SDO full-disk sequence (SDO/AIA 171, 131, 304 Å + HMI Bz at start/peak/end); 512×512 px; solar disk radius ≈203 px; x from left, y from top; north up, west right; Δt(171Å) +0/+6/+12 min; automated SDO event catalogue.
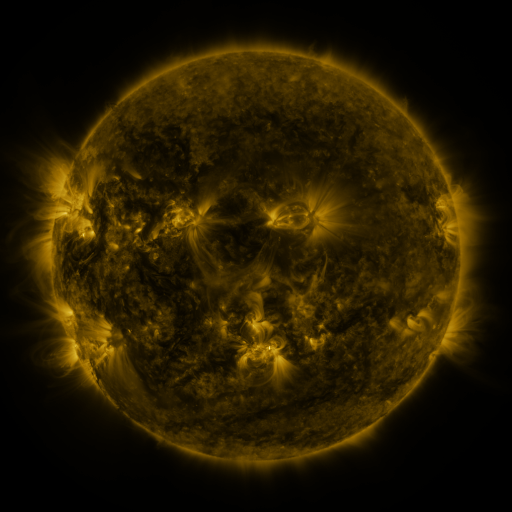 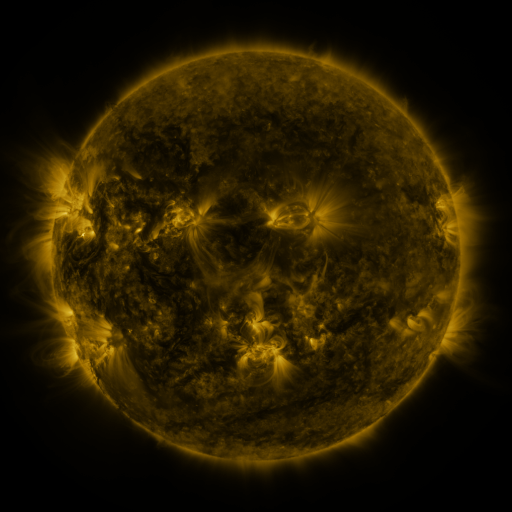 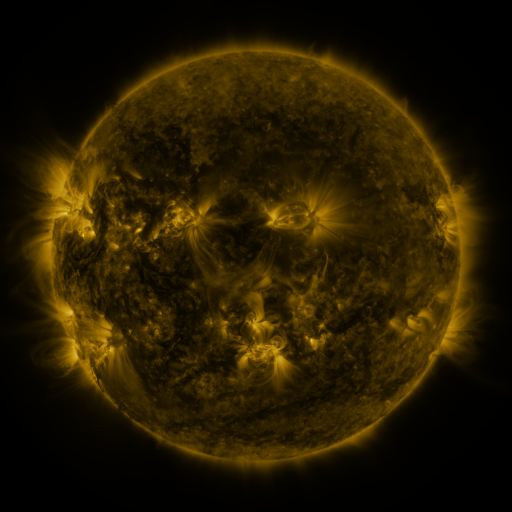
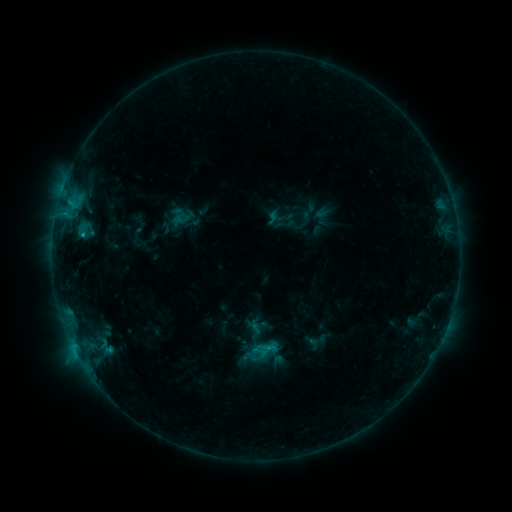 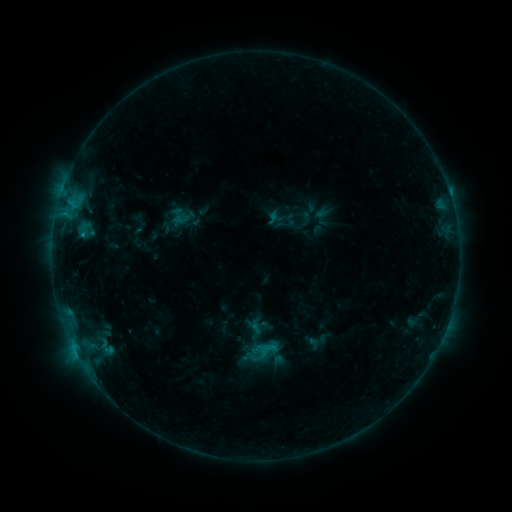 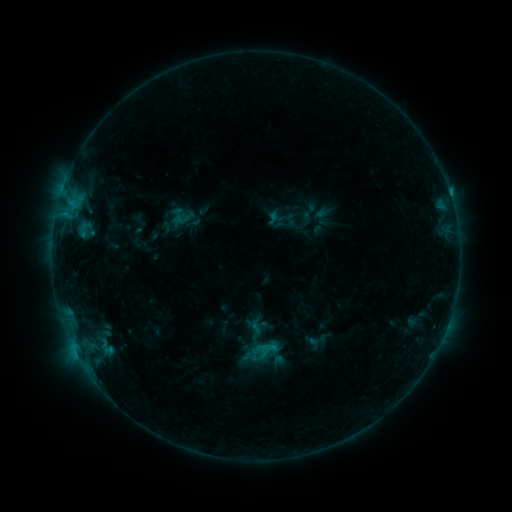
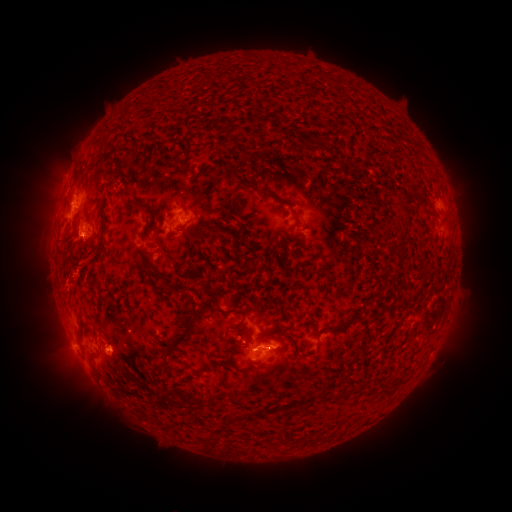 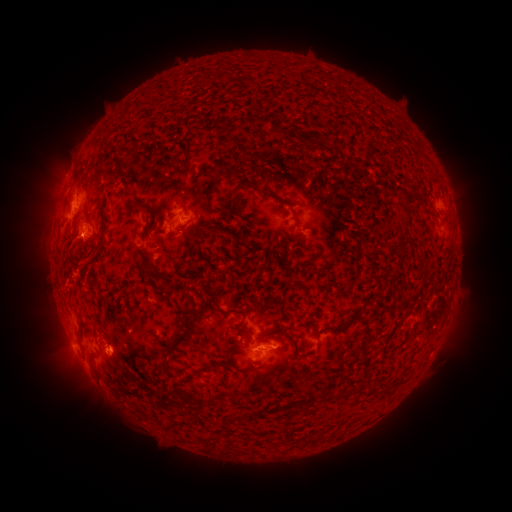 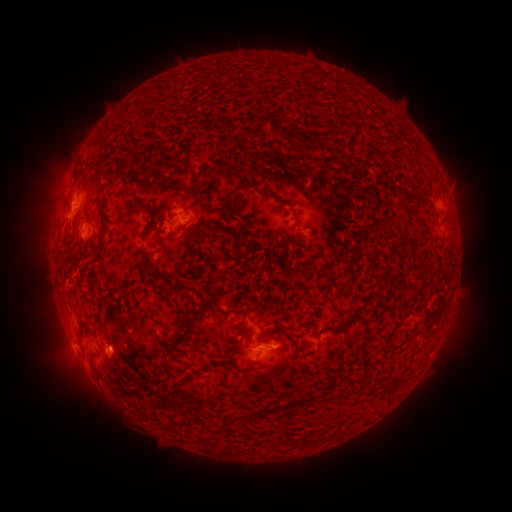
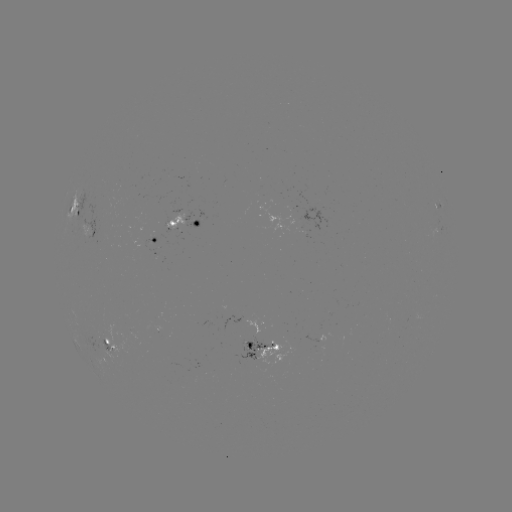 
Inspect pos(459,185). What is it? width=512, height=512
eruption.